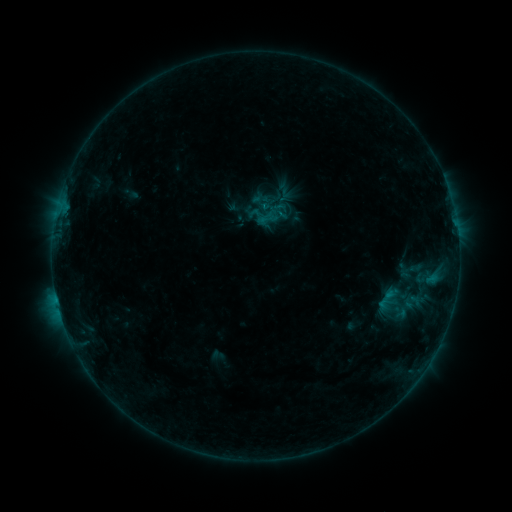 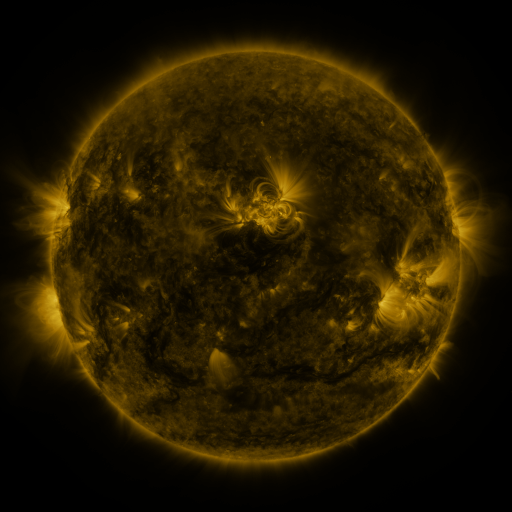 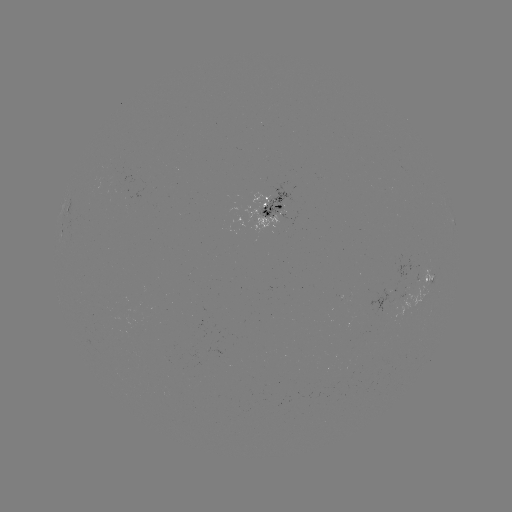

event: sigmoid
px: (412, 271)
